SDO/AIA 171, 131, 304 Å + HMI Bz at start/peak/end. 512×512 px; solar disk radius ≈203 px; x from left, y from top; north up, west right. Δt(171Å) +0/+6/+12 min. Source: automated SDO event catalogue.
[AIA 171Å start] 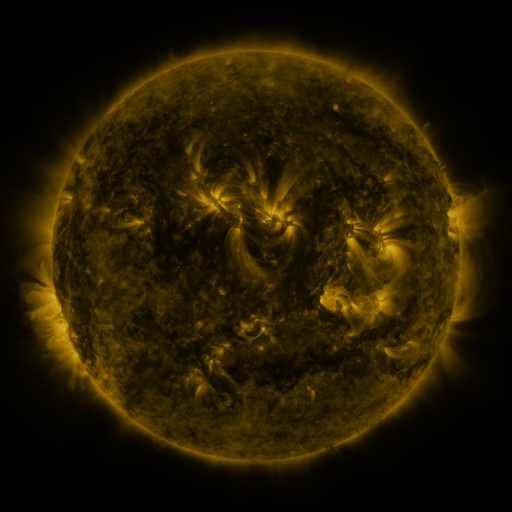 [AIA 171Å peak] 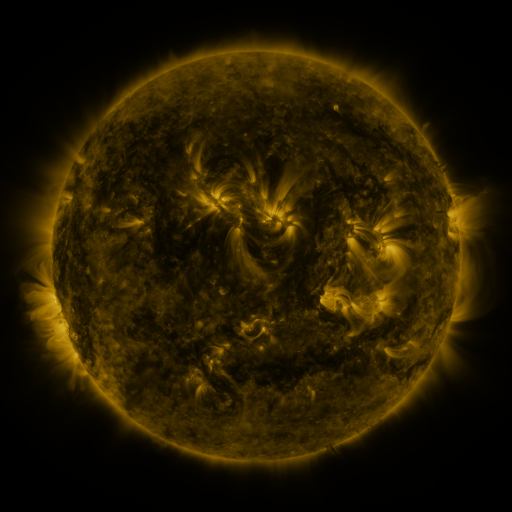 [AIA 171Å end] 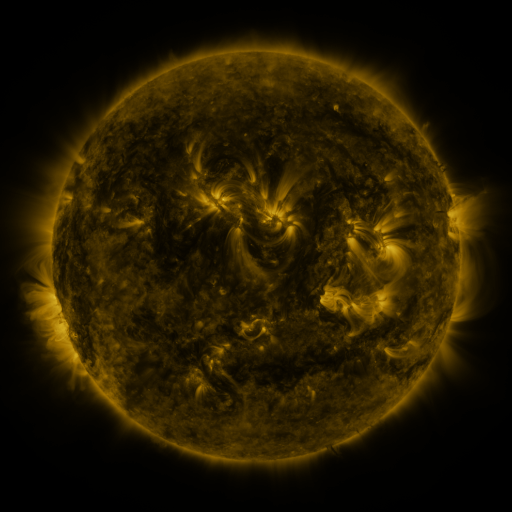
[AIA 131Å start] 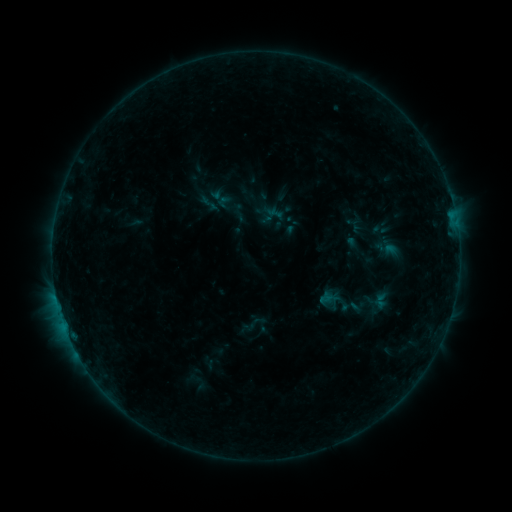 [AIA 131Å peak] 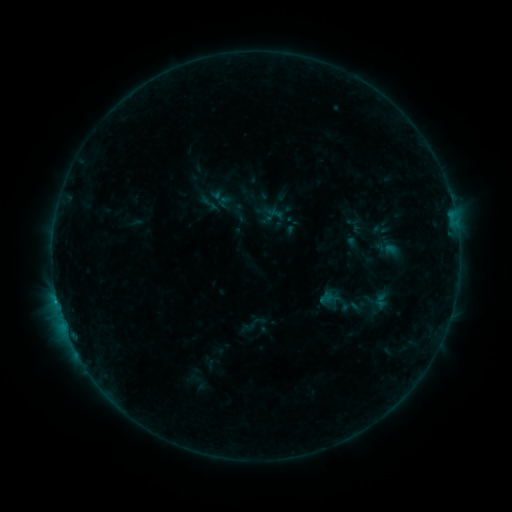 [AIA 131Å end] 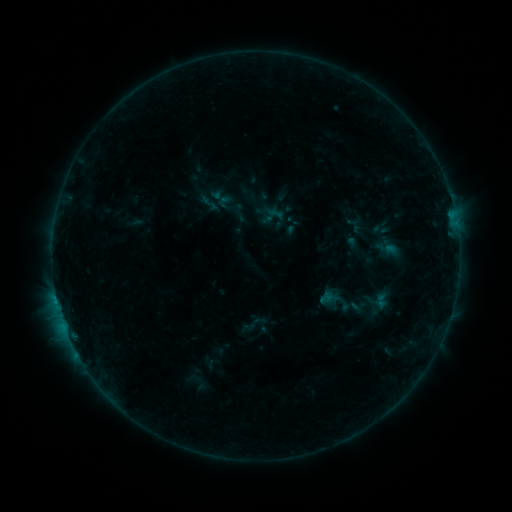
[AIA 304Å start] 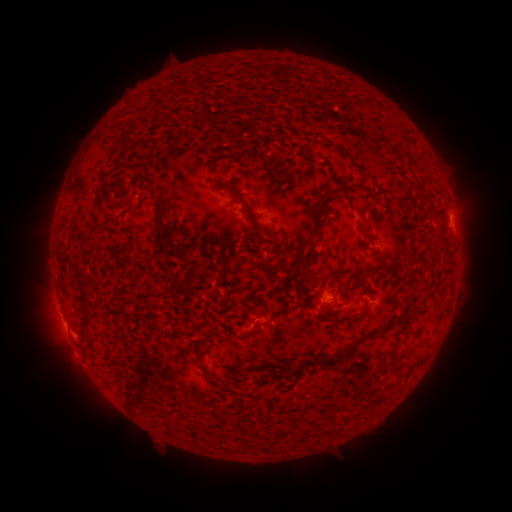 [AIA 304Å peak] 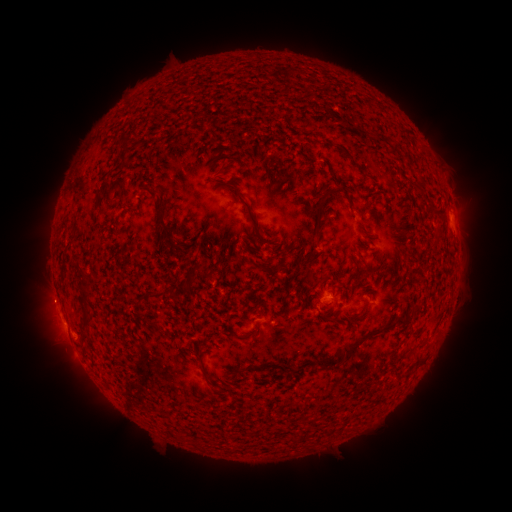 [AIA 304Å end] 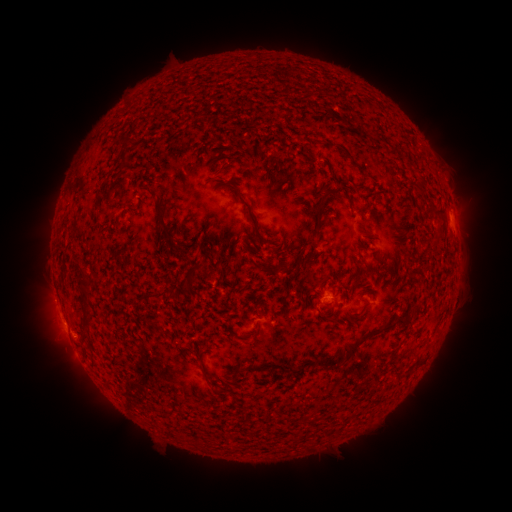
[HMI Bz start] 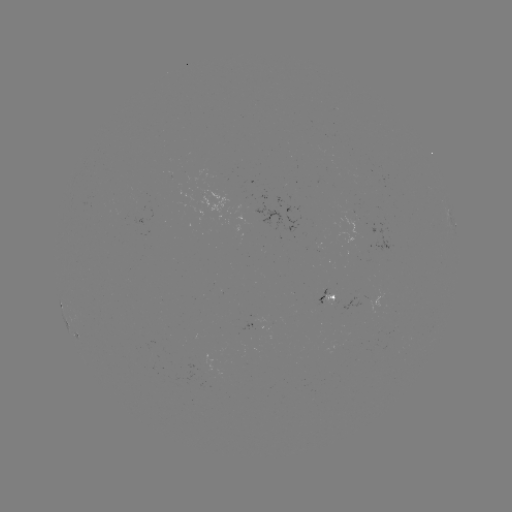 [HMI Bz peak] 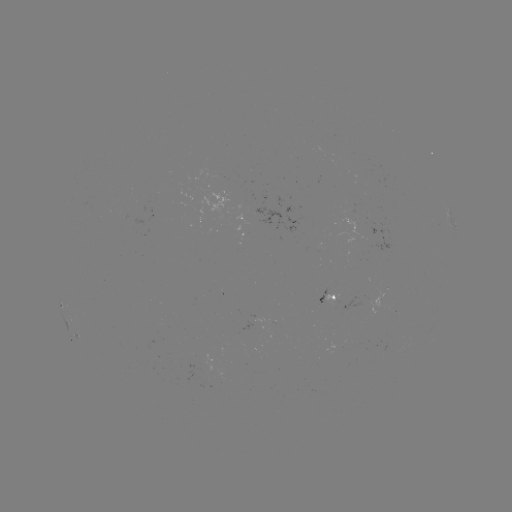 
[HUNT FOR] B3.5 flare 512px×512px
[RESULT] (57, 298)